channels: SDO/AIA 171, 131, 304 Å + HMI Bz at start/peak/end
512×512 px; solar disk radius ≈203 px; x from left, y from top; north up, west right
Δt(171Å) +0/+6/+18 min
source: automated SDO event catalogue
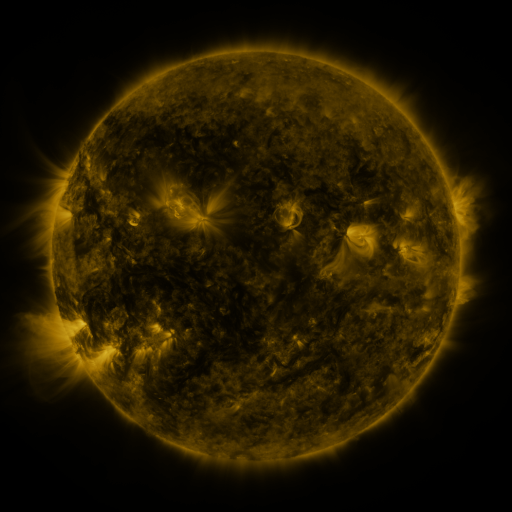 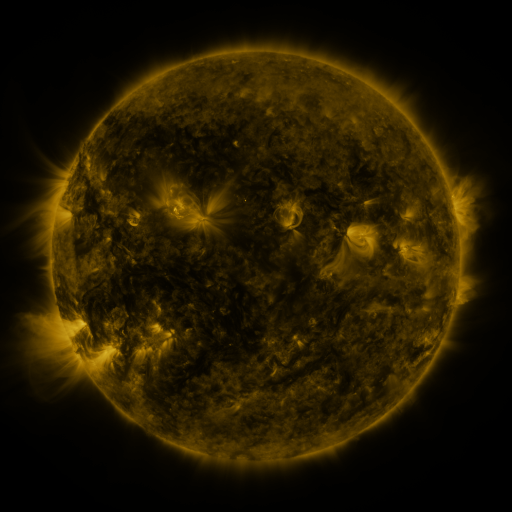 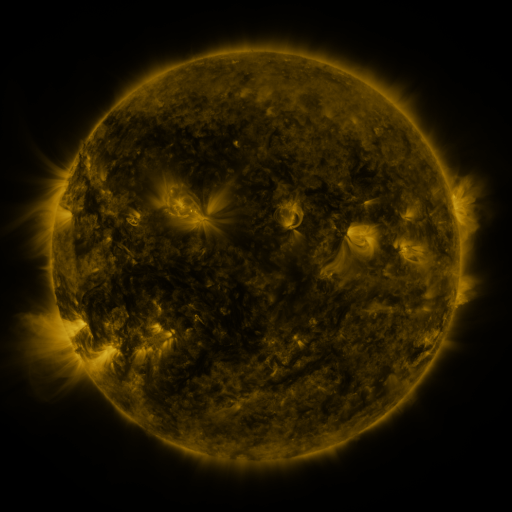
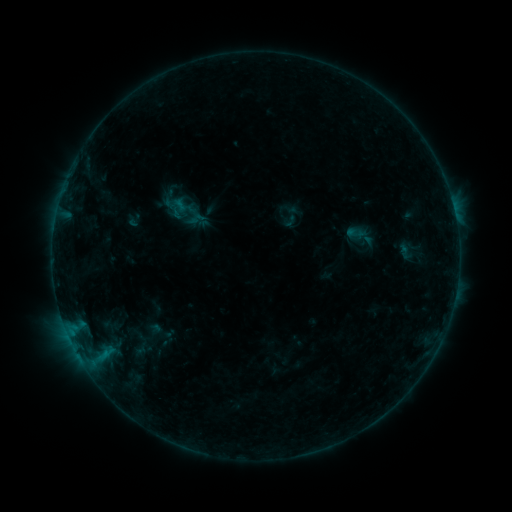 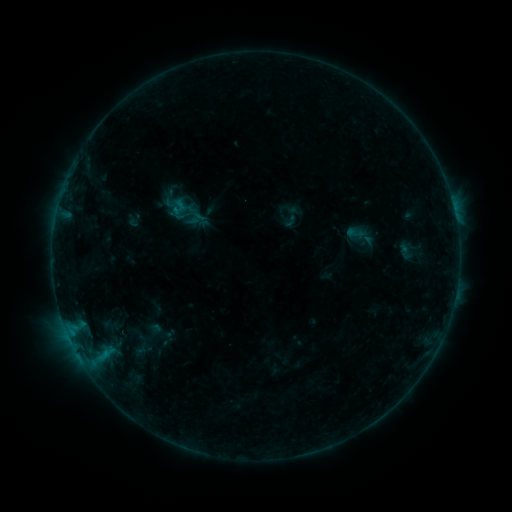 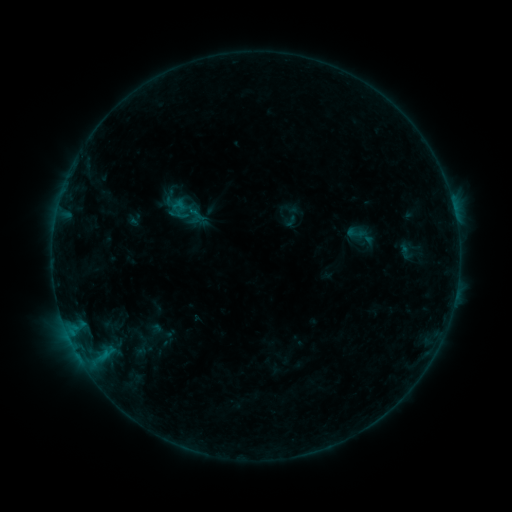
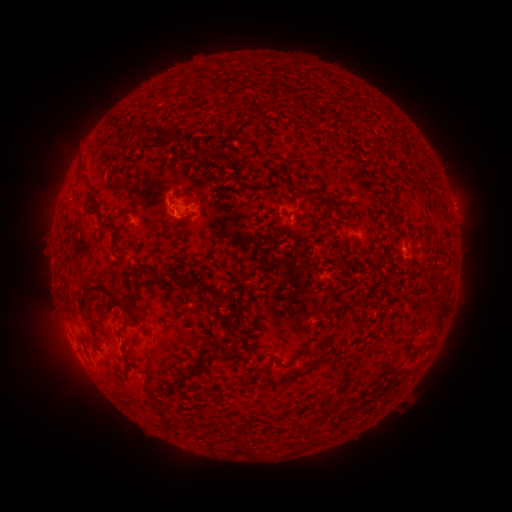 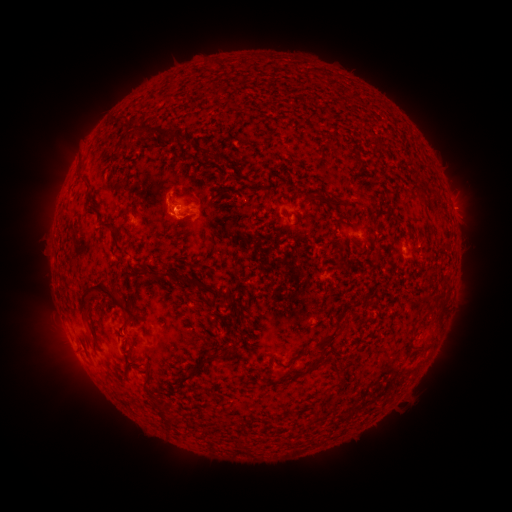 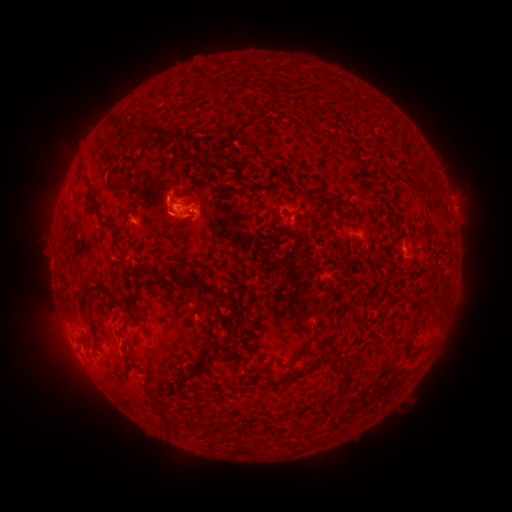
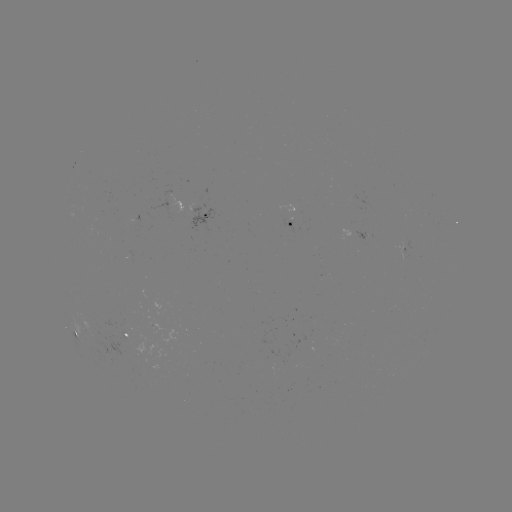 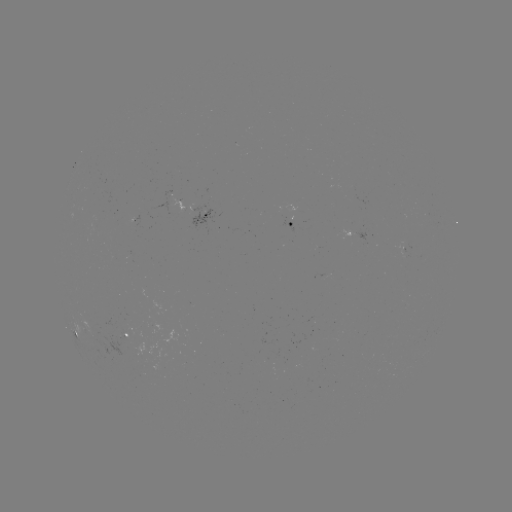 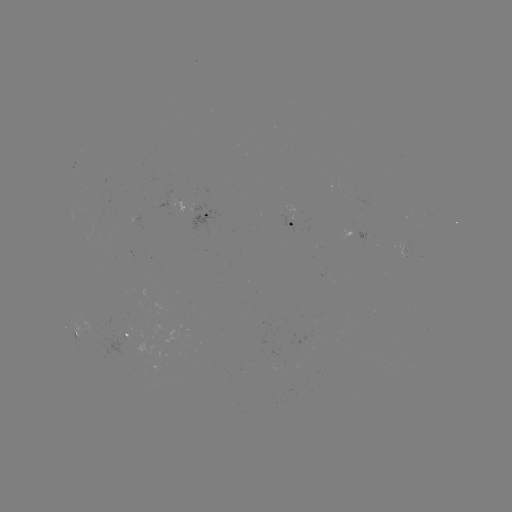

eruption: <bbox>428, 306, 467, 355</bbox>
